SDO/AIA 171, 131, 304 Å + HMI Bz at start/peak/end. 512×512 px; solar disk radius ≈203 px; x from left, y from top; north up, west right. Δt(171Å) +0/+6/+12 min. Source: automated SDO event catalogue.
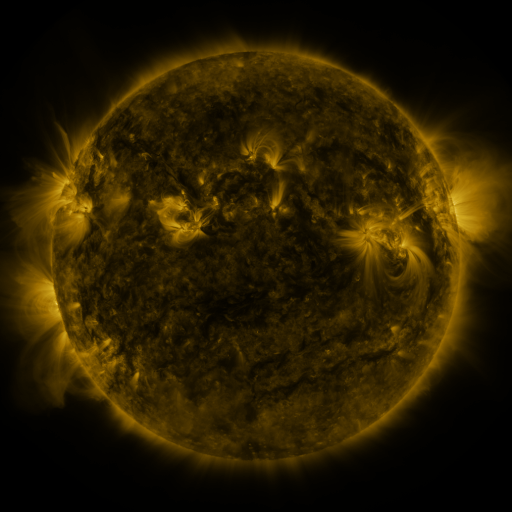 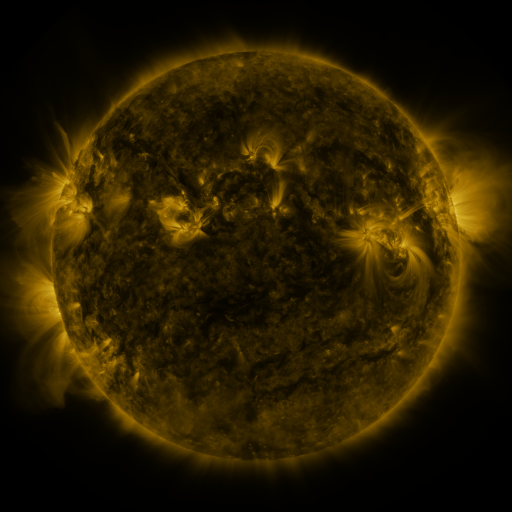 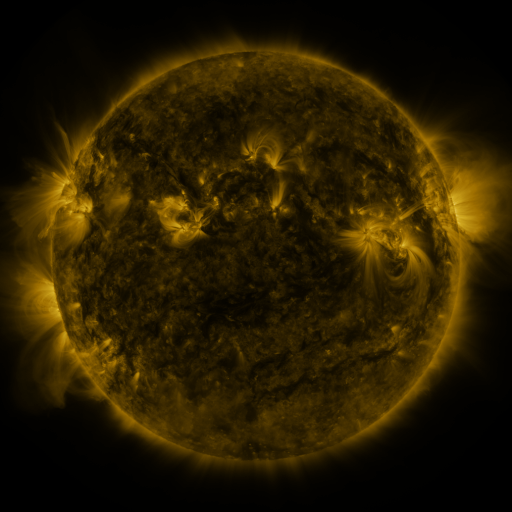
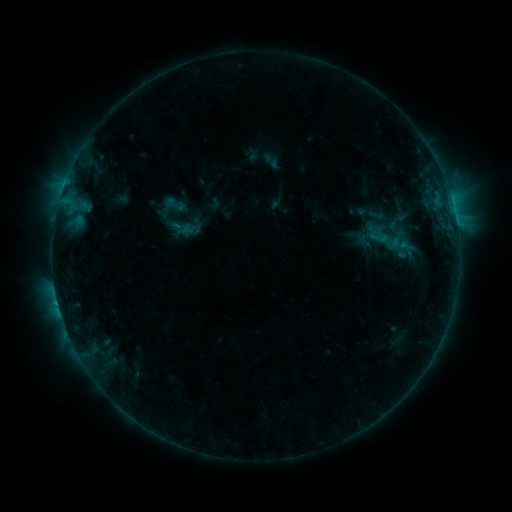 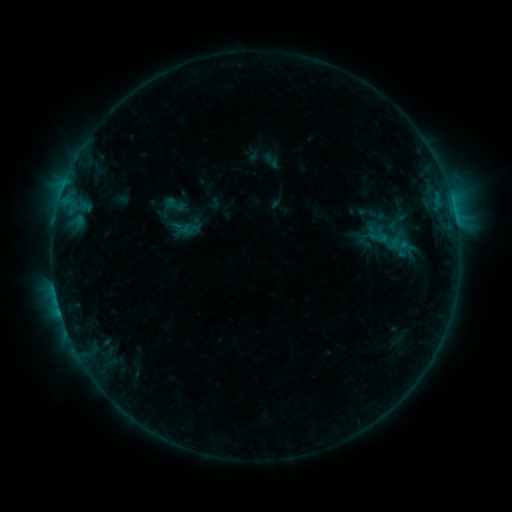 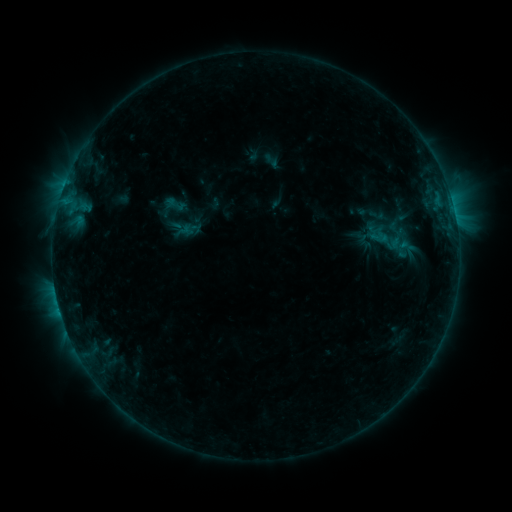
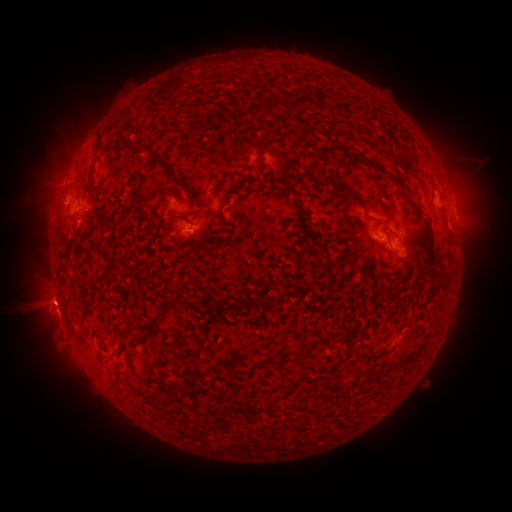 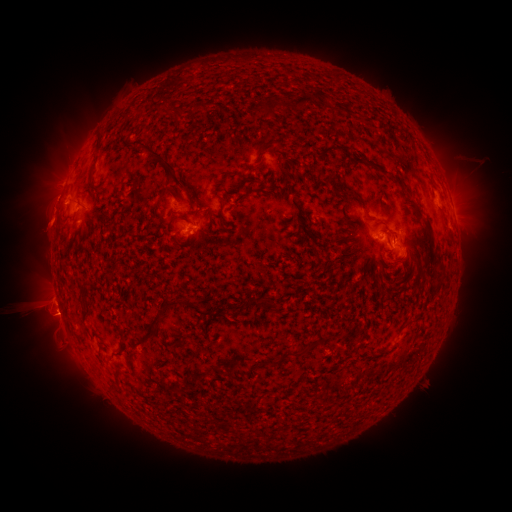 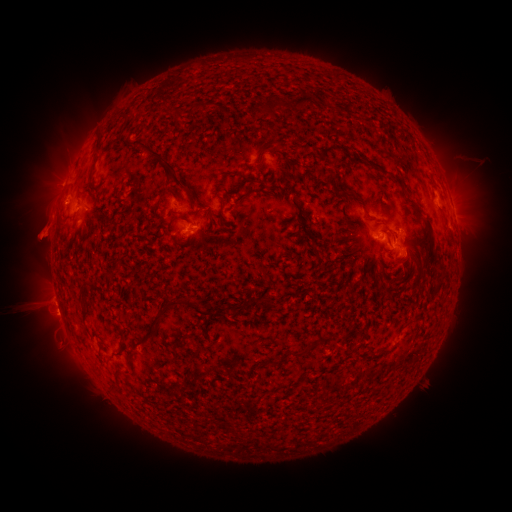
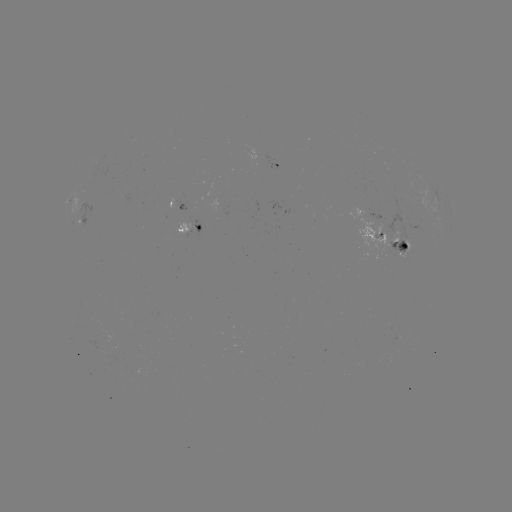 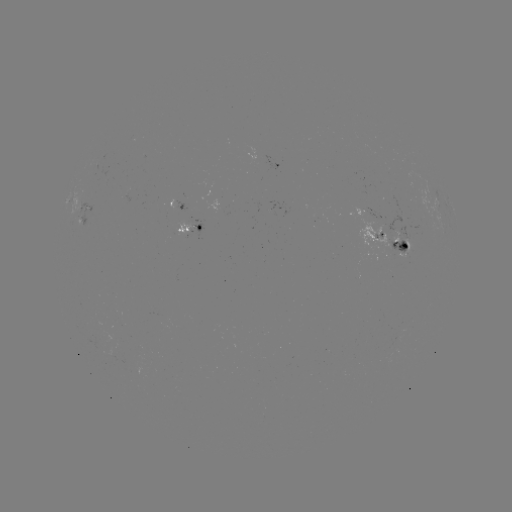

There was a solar eruption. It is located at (45, 226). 